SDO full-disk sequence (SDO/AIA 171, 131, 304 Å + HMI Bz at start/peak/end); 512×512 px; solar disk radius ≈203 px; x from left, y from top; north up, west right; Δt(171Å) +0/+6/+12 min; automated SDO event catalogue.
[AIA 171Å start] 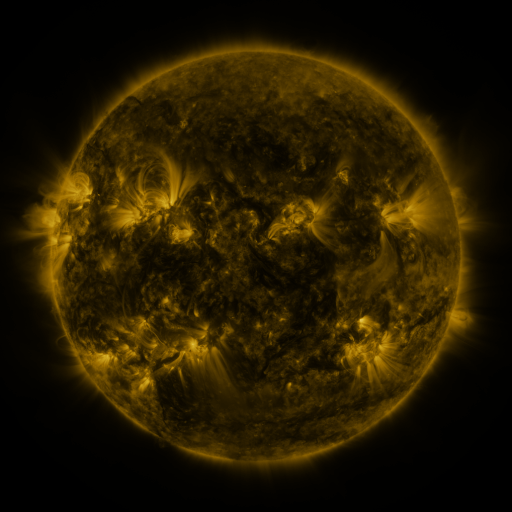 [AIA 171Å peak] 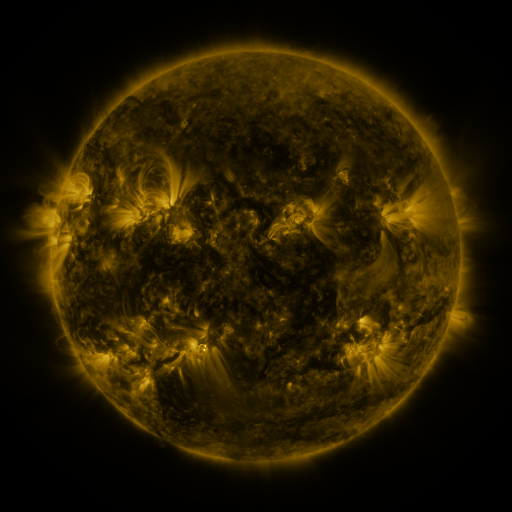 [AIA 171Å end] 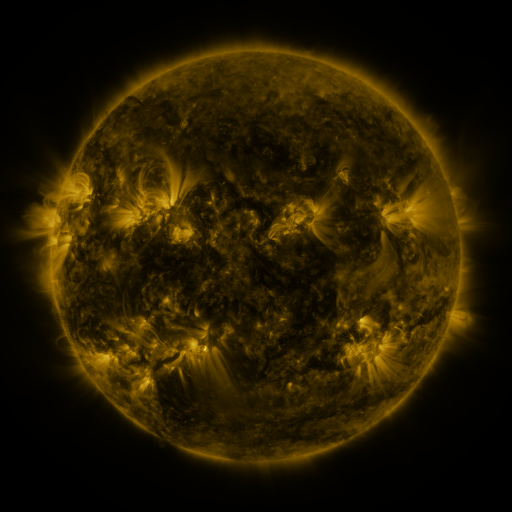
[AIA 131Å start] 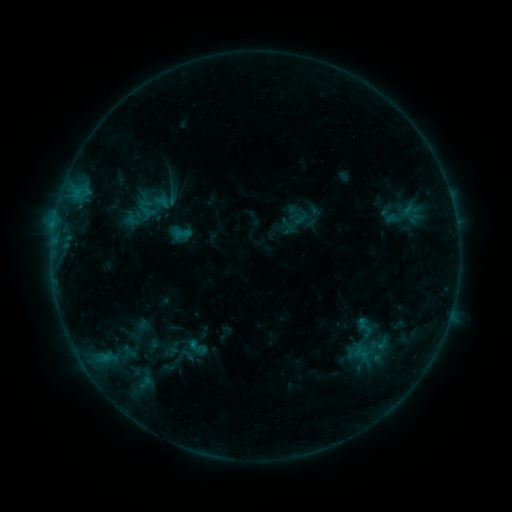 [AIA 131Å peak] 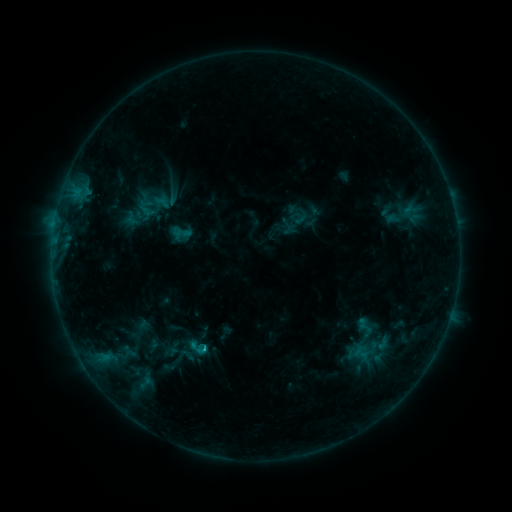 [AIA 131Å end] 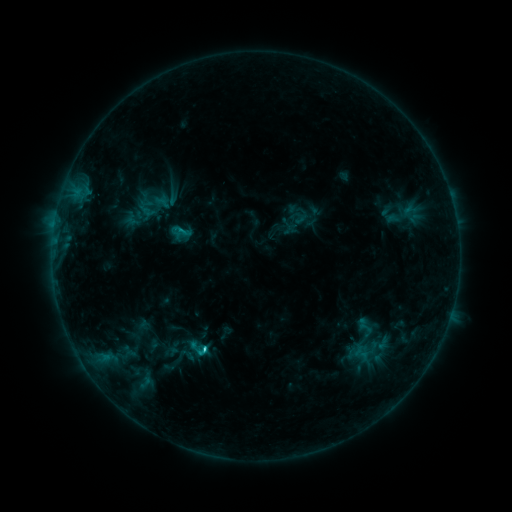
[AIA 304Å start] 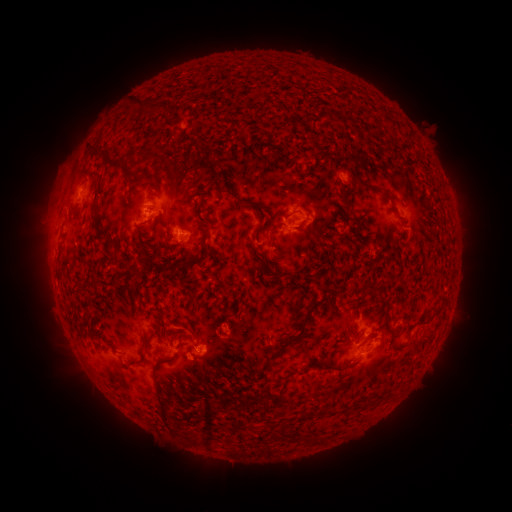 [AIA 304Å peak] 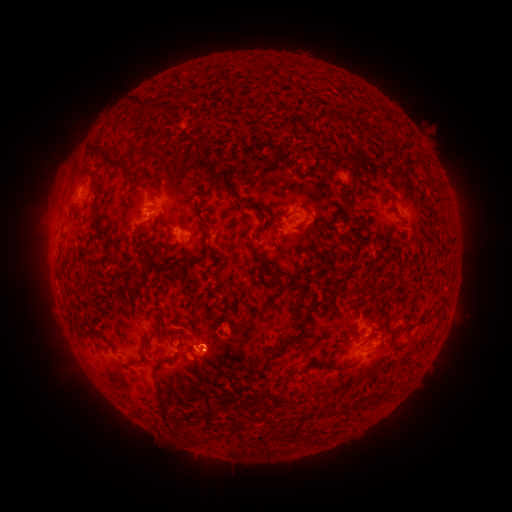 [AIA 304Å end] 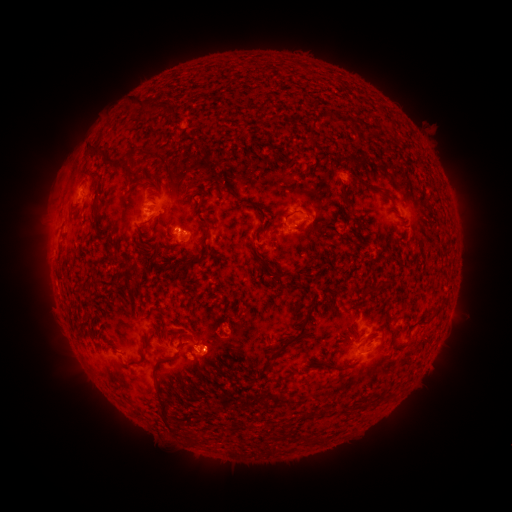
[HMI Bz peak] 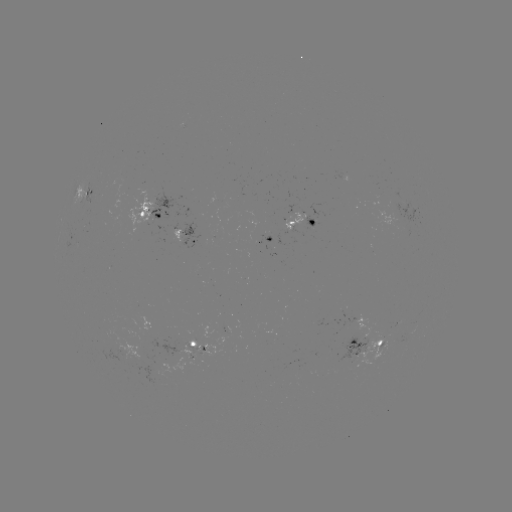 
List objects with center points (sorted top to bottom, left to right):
C1.3 flare: (204, 347)
